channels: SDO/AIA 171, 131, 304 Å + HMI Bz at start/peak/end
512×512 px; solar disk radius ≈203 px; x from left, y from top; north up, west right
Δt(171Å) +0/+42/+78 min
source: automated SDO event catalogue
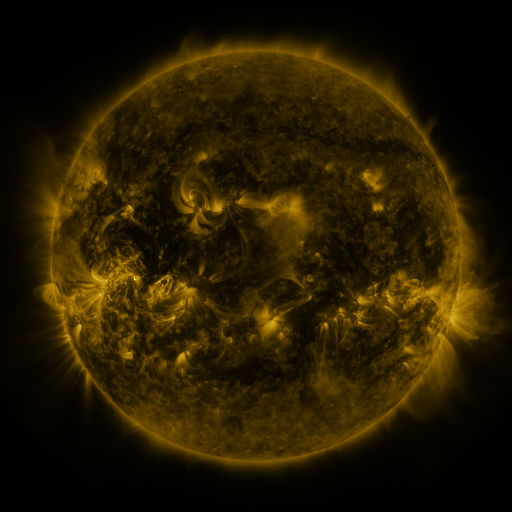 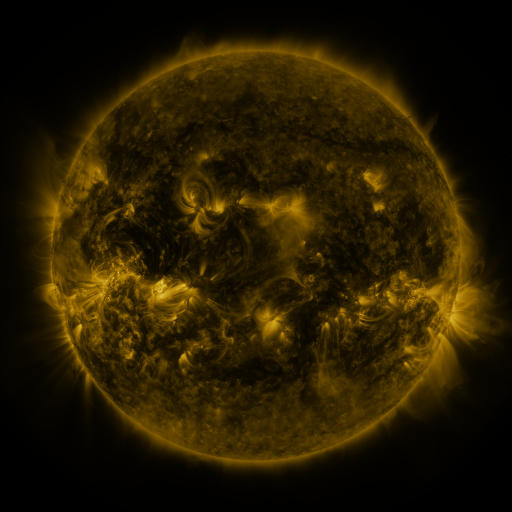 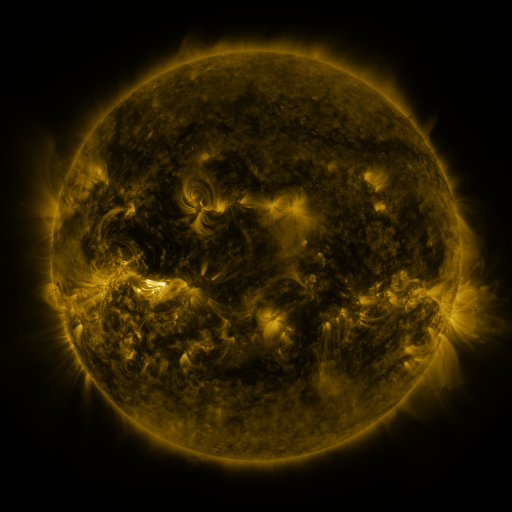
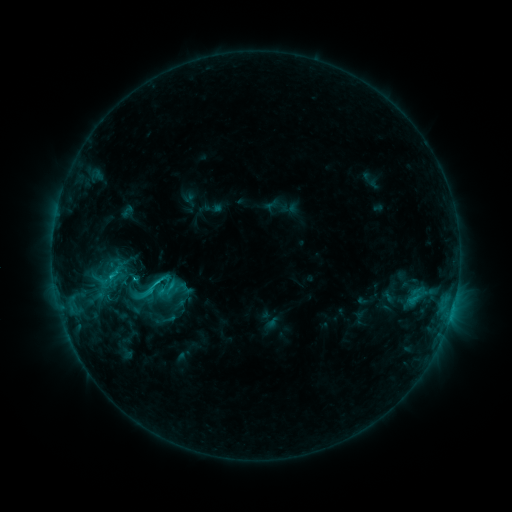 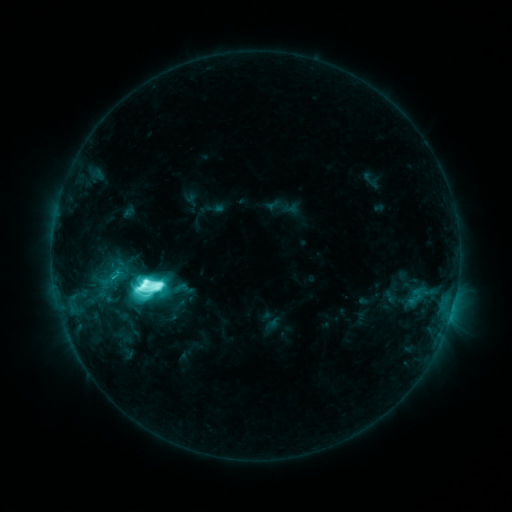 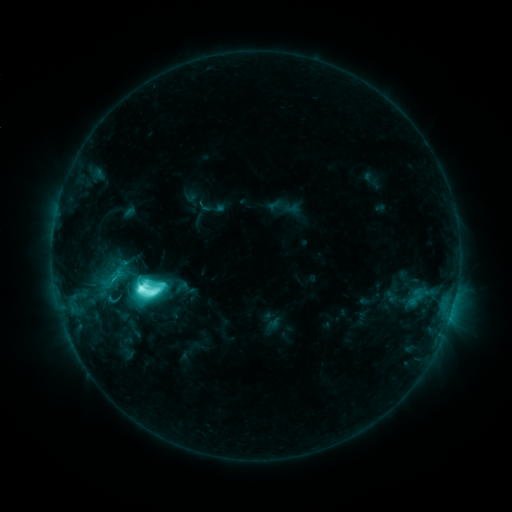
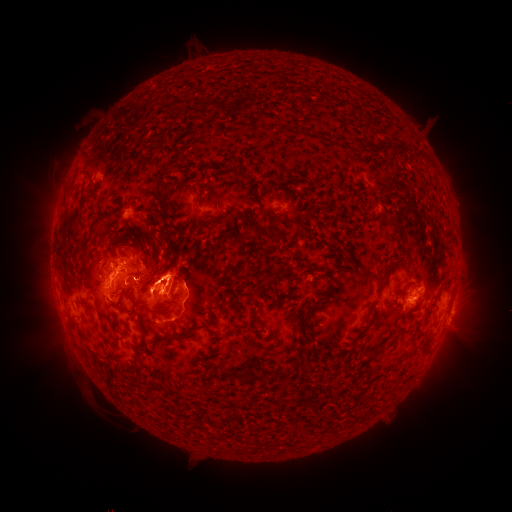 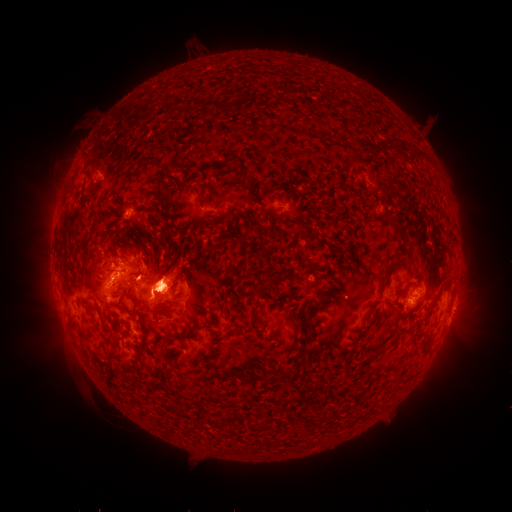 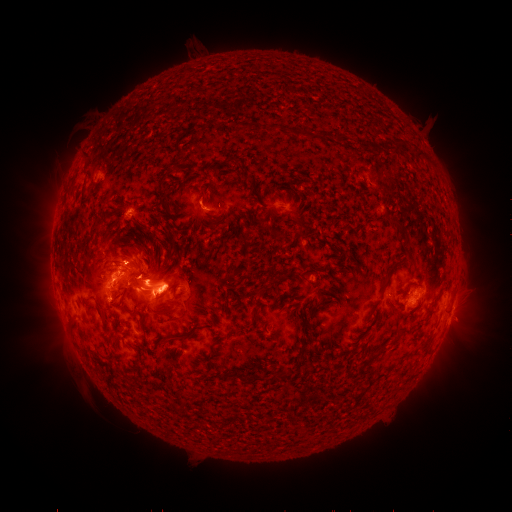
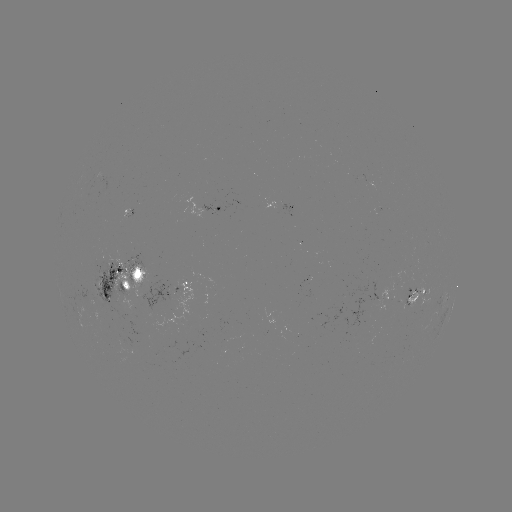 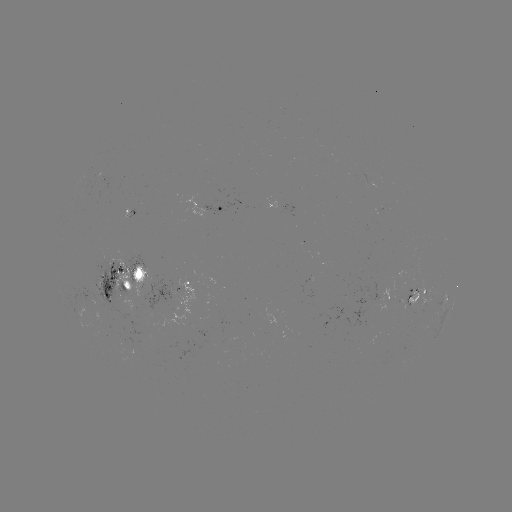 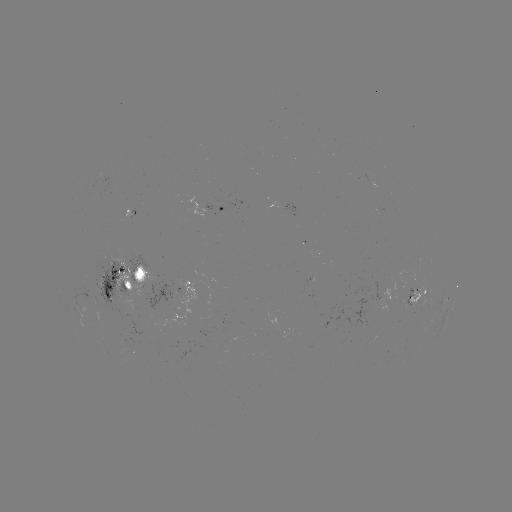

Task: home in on M4.0 flare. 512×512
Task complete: [144, 284].